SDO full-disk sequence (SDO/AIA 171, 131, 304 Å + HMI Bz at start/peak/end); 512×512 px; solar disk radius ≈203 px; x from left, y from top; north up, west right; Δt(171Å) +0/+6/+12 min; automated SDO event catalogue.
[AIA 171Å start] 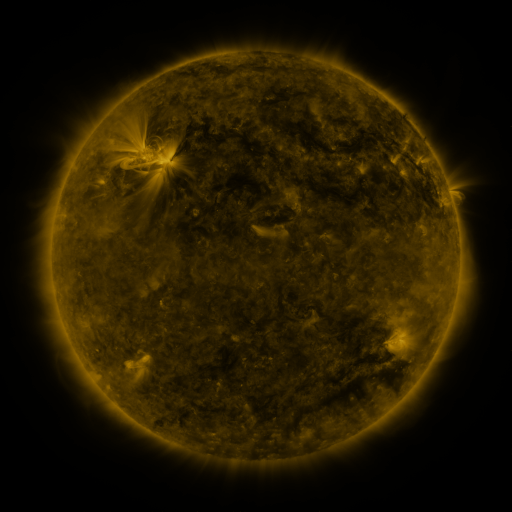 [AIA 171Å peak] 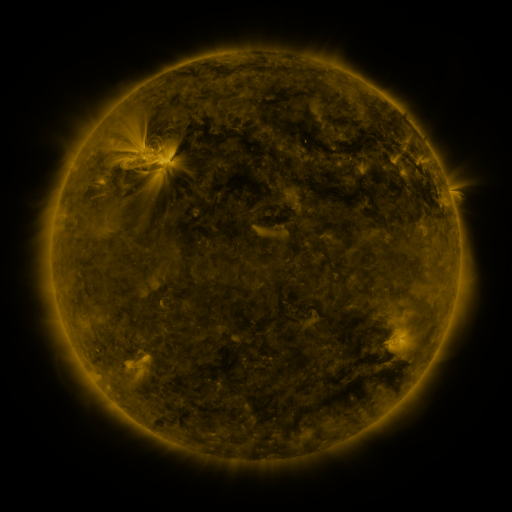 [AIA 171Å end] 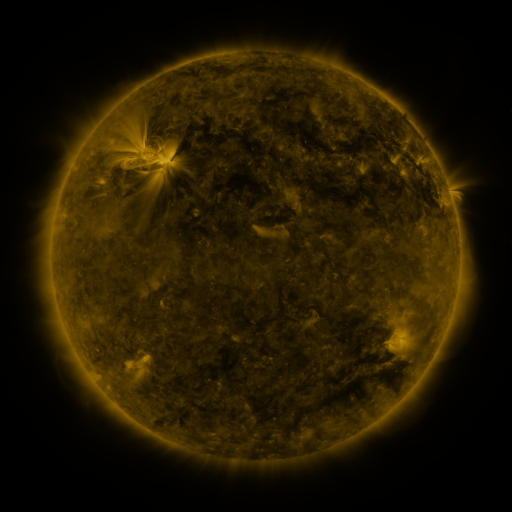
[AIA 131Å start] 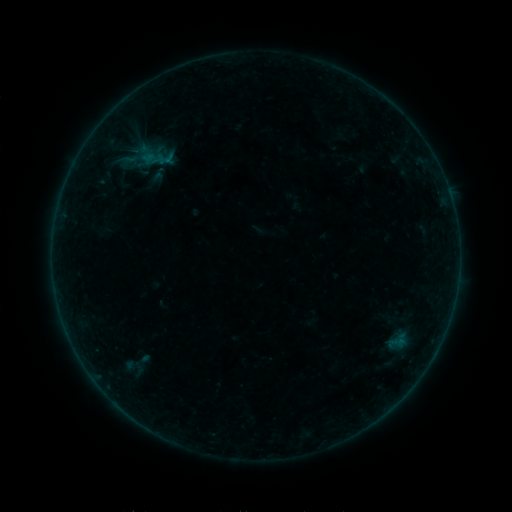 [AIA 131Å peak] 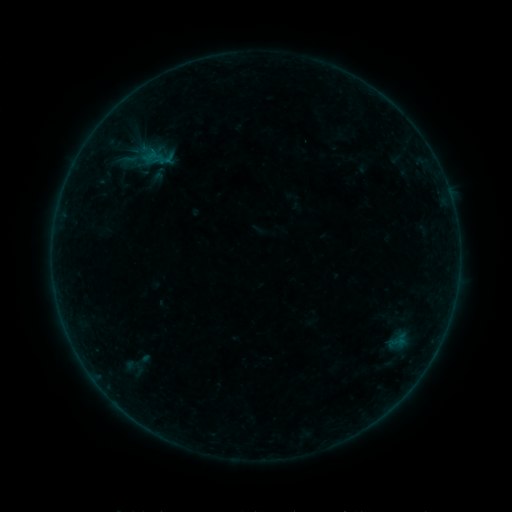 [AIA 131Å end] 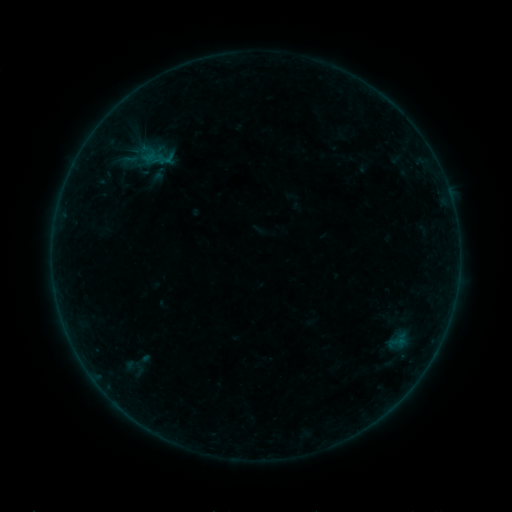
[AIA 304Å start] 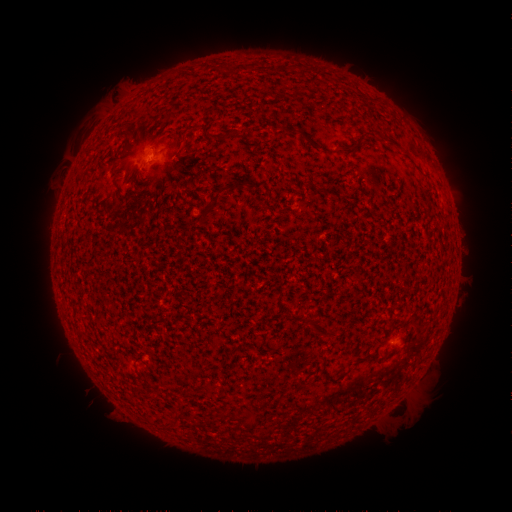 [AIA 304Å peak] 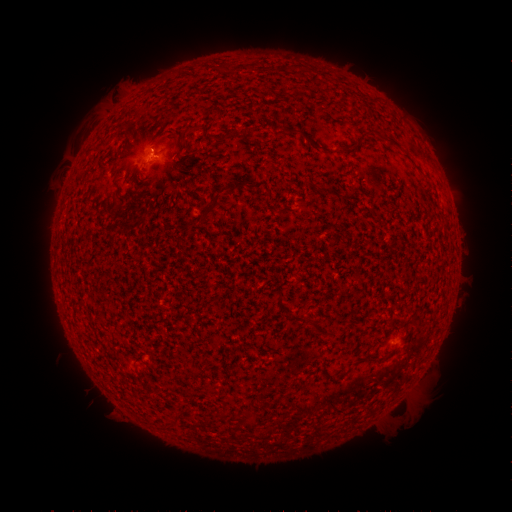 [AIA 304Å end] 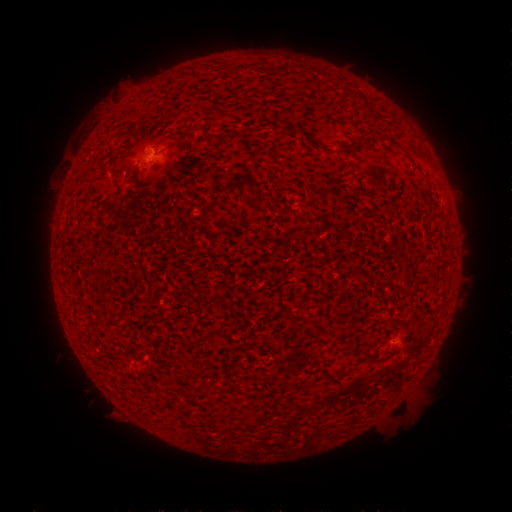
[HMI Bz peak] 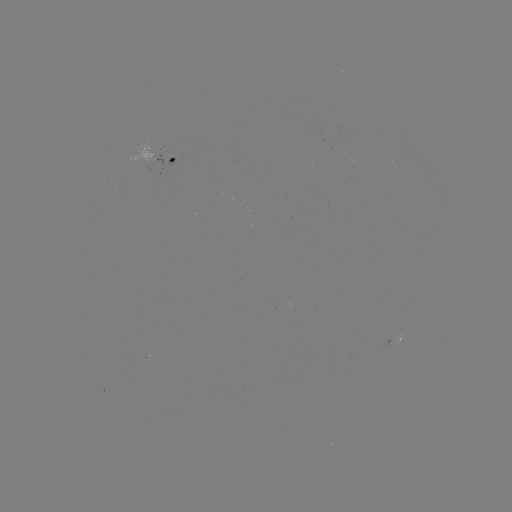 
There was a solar flare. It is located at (158, 156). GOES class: B1.0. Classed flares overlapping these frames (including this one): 1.